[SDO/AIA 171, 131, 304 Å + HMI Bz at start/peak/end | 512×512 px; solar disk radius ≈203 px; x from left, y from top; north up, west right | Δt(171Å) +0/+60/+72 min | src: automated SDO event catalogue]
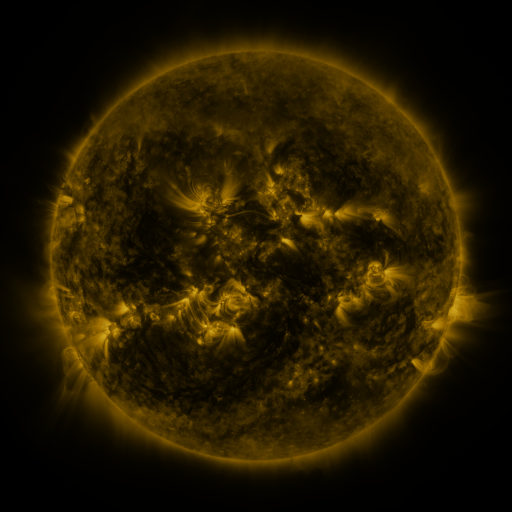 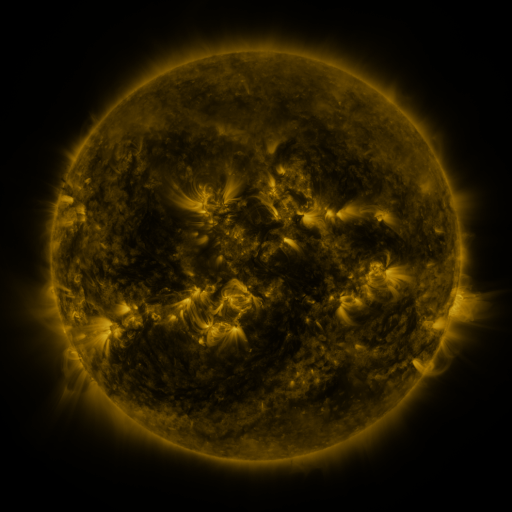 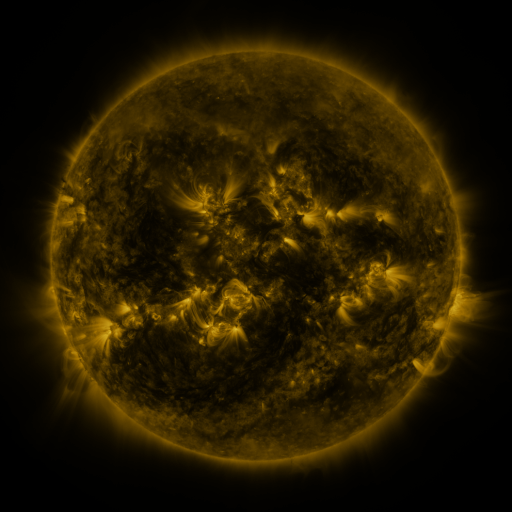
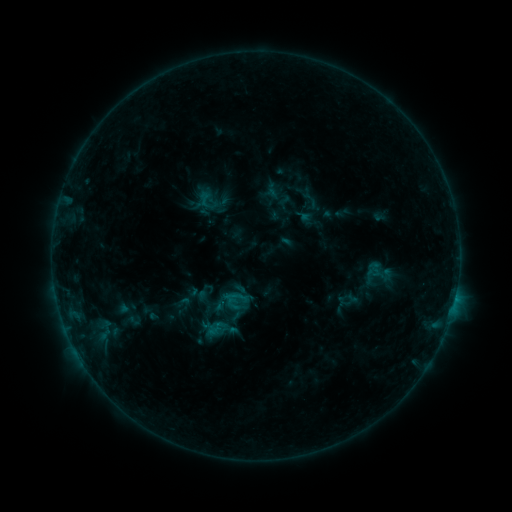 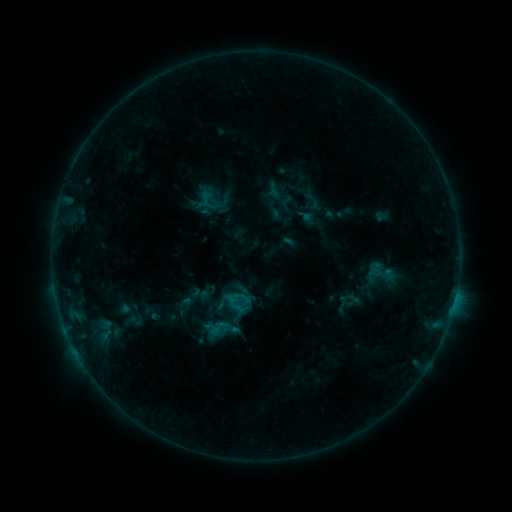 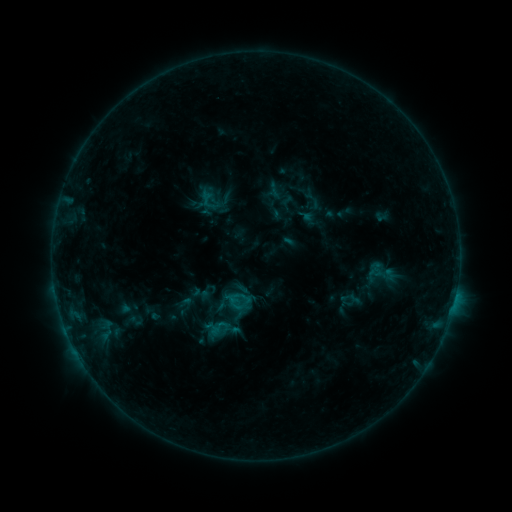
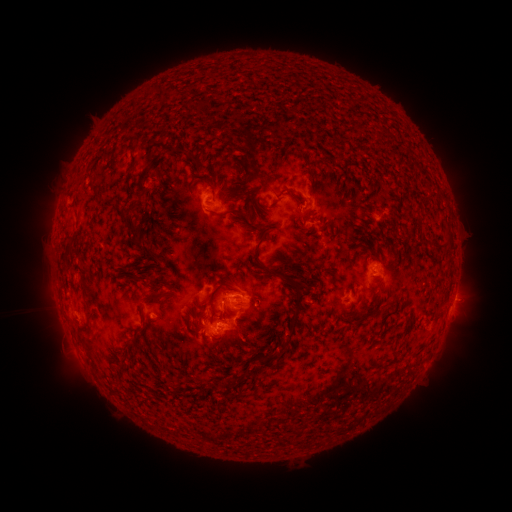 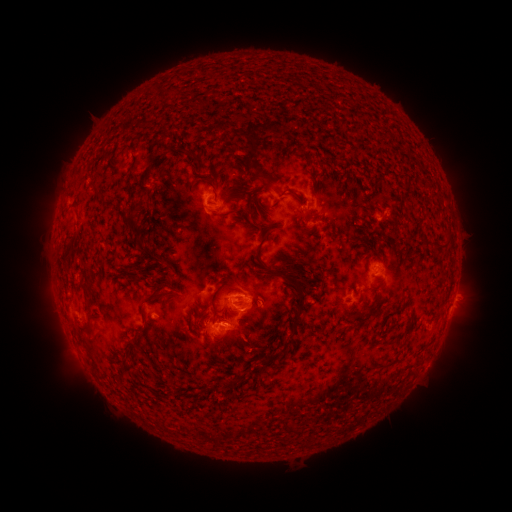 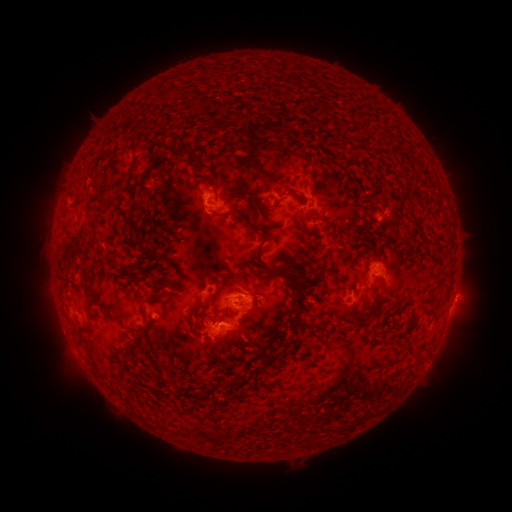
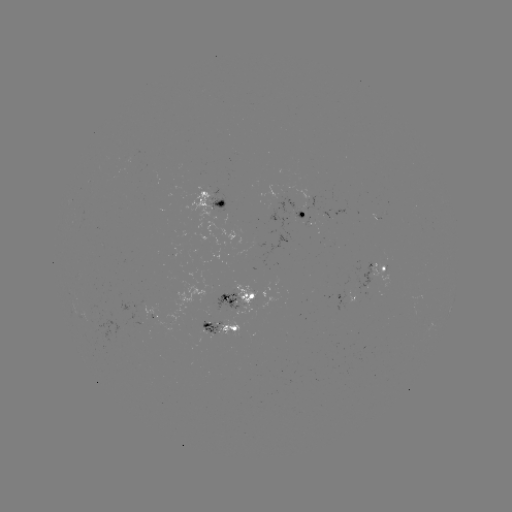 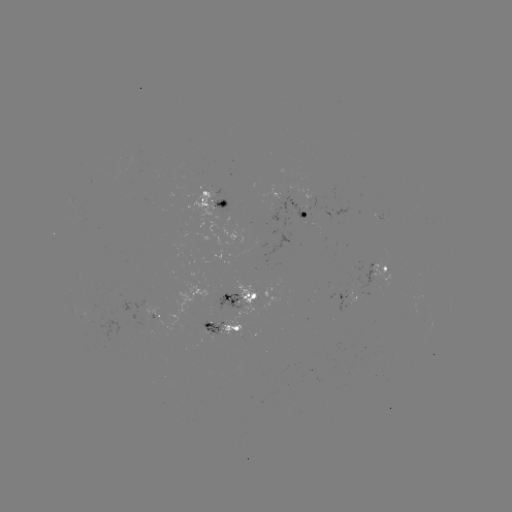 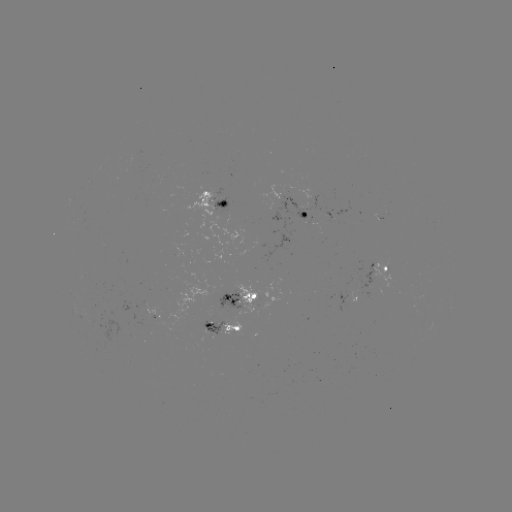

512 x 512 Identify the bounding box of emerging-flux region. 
[298, 200, 311, 207].